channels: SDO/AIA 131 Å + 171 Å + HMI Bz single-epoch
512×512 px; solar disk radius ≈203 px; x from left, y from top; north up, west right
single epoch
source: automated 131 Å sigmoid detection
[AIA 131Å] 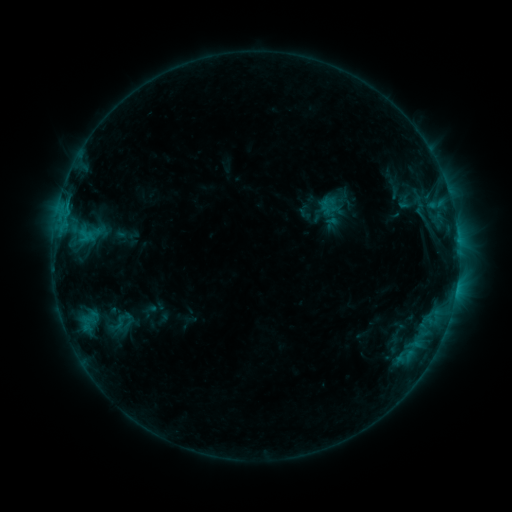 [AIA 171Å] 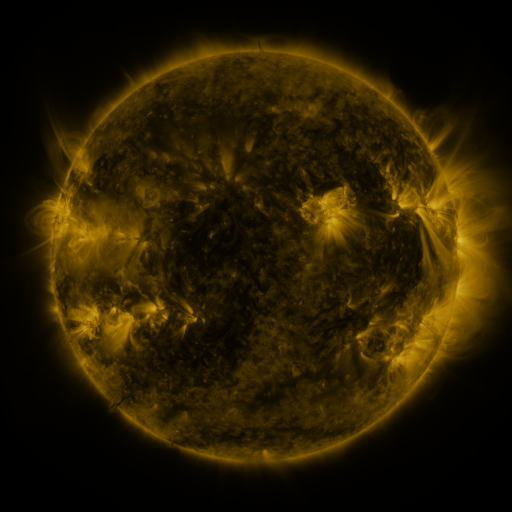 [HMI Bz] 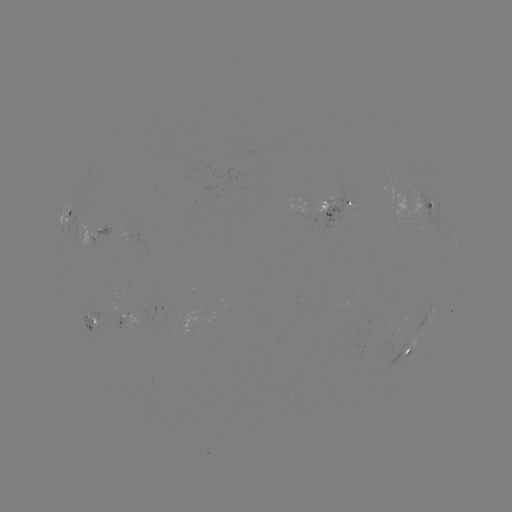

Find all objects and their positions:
sigmoid: [315, 195, 339, 216]
sigmoid: [100, 308, 144, 337]
